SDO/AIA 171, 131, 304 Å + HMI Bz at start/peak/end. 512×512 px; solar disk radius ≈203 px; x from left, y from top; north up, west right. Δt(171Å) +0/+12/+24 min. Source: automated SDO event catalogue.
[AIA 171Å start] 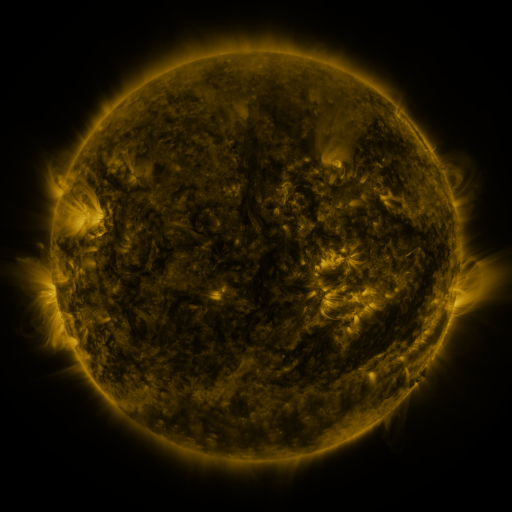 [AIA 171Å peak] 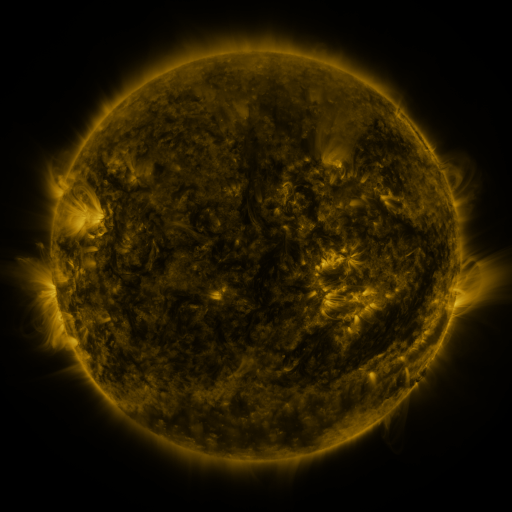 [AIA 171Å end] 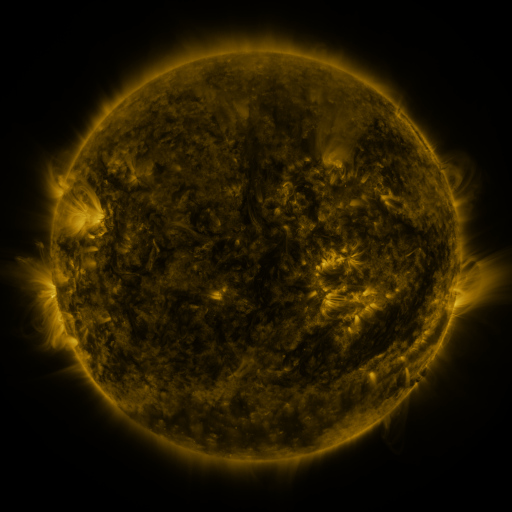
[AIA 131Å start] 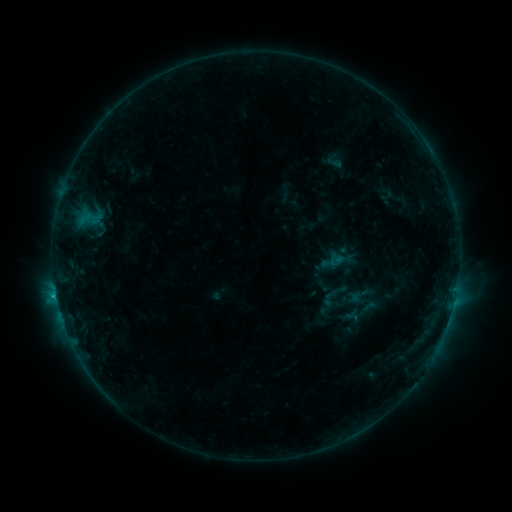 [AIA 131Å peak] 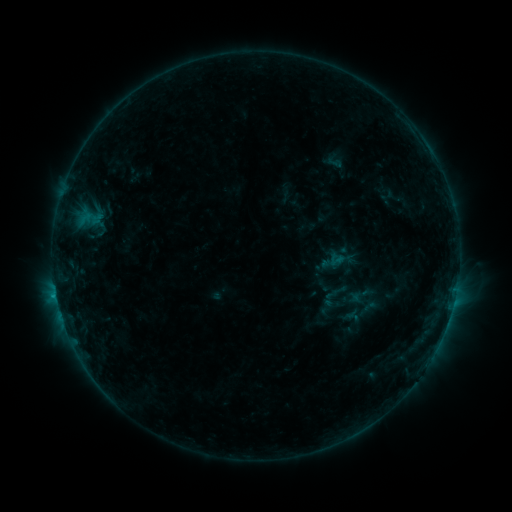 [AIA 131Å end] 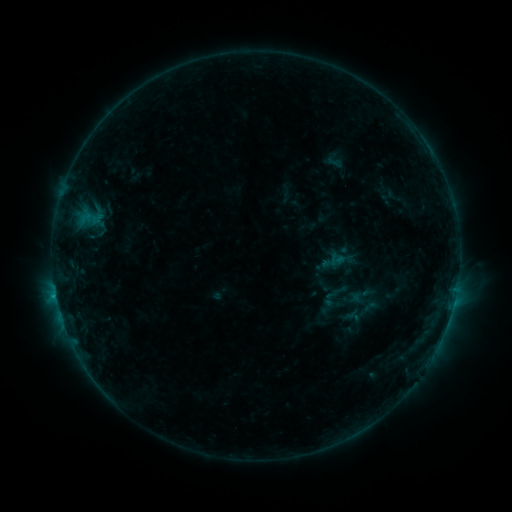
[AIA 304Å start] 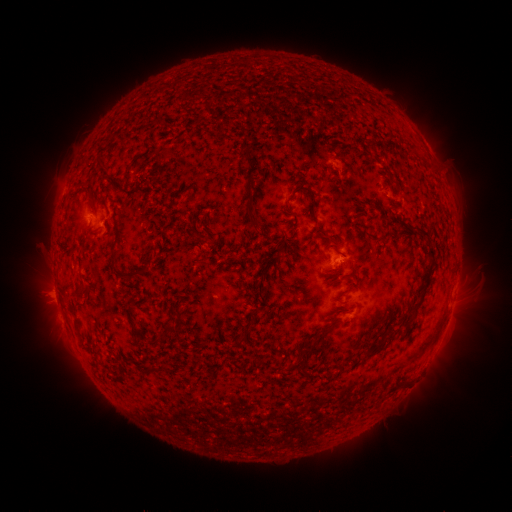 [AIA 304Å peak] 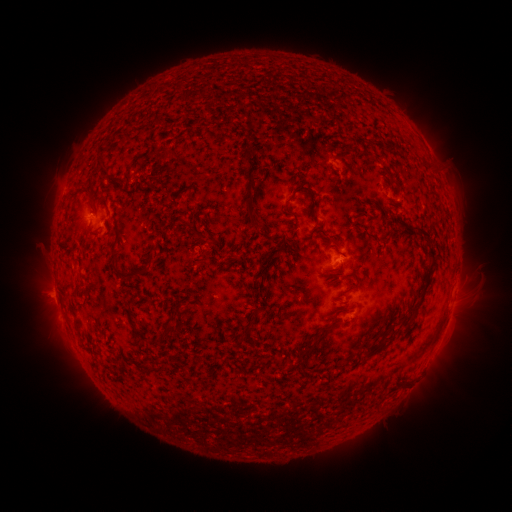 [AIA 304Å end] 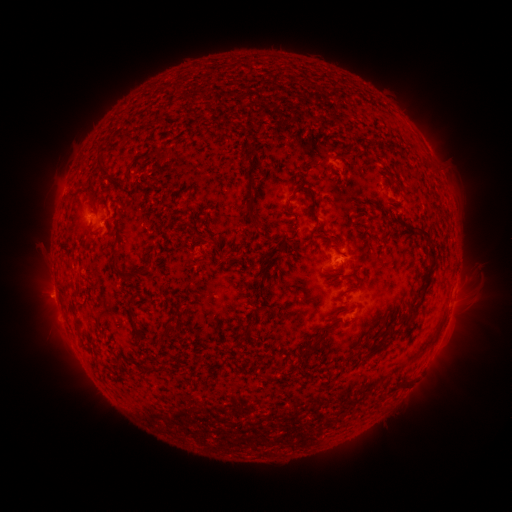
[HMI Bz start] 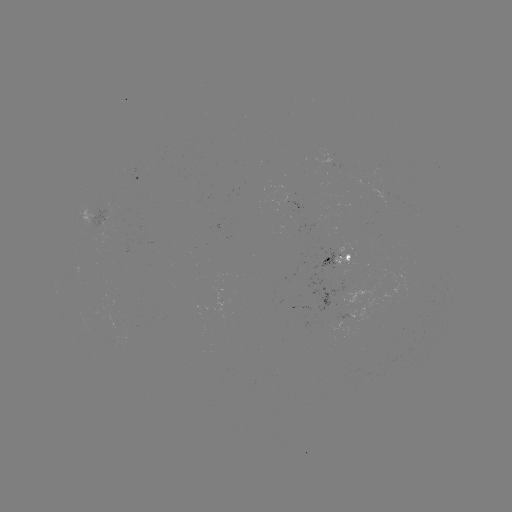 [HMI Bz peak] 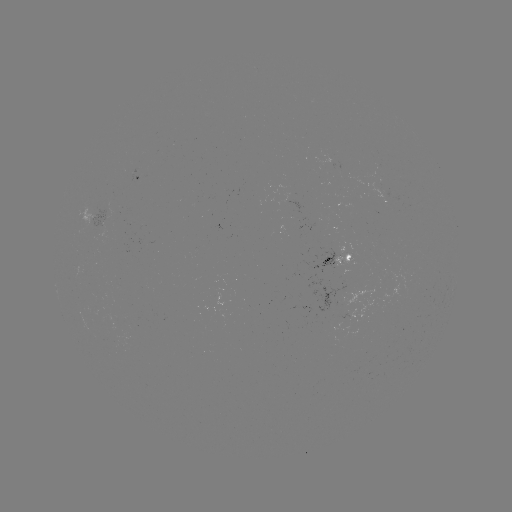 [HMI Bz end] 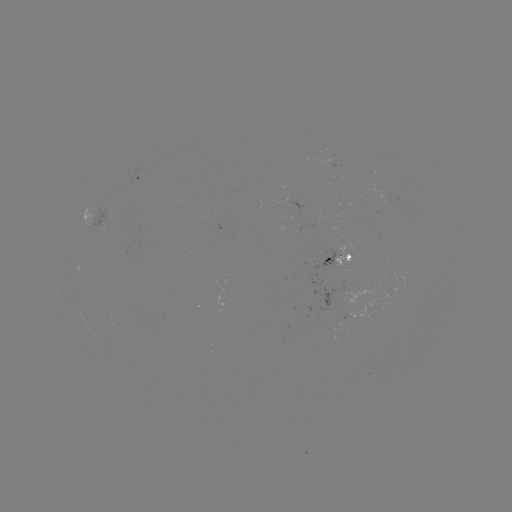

no catalogued flare and no flagged EUV brightening in this window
